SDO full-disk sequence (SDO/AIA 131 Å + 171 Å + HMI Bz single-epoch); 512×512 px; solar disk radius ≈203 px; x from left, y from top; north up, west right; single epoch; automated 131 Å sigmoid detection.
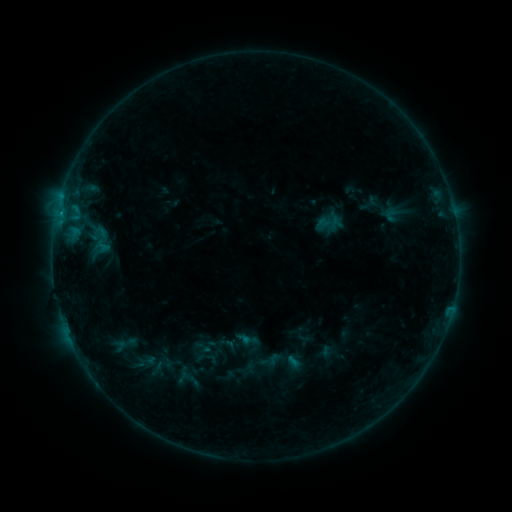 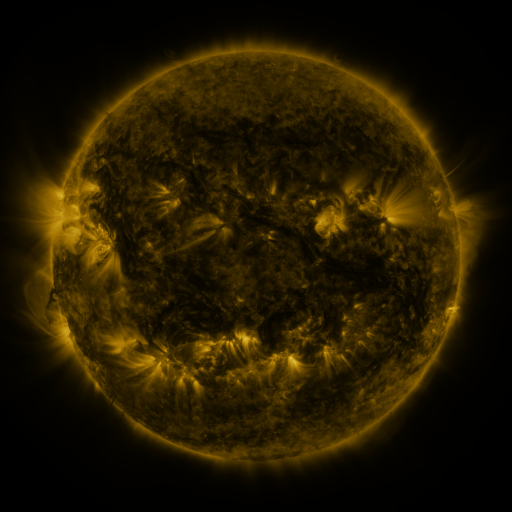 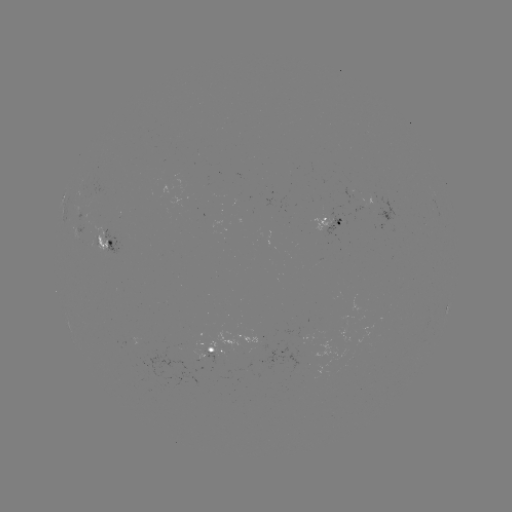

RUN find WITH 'sigmoid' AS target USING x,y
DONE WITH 100,240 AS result